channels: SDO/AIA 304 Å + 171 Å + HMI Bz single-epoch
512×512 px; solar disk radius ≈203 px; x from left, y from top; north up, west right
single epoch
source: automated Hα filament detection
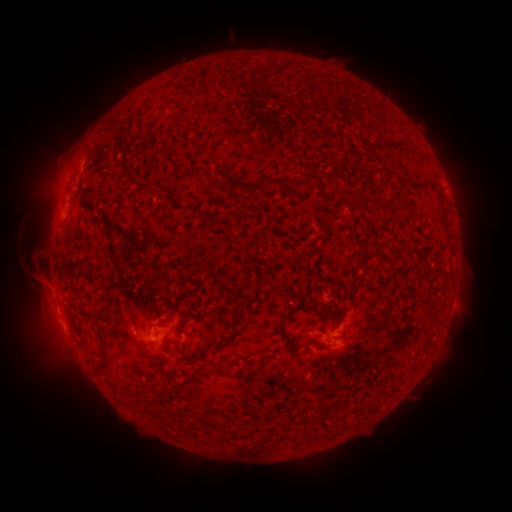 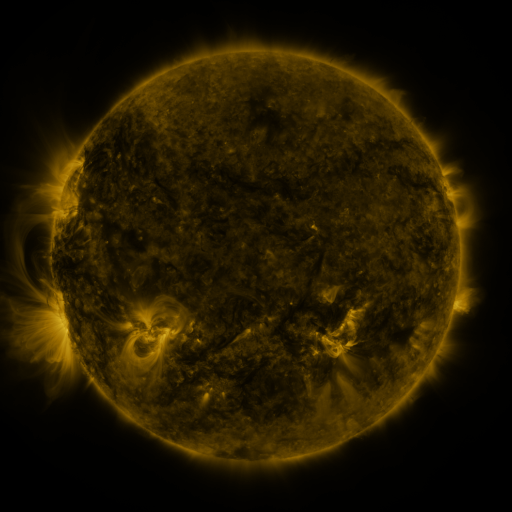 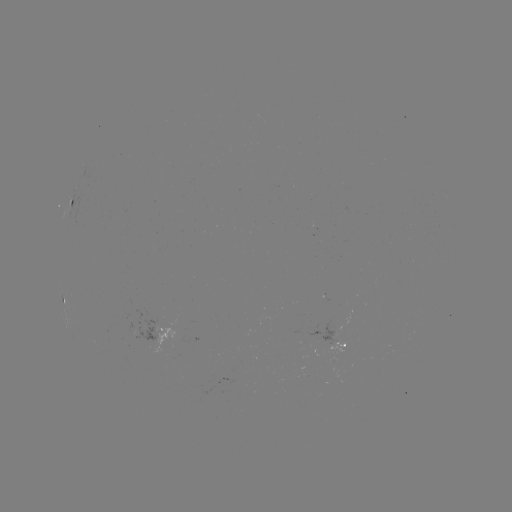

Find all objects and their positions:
filament: [103, 128, 119, 139]
filament: [385, 139, 392, 149]
filament: [330, 148, 355, 161]
filament: [320, 151, 328, 165]
filament: [174, 170, 193, 189]
filament: [261, 176, 297, 198]
filament: [402, 177, 413, 185]
filament: [226, 179, 239, 191]
filament: [139, 180, 156, 193]
filament: [433, 186, 444, 198]
filament: [195, 232, 210, 256]
filament: [58, 253, 66, 261]
filament: [233, 302, 242, 321]
filament: [279, 307, 296, 345]
filament: [335, 315, 345, 325]
filament: [199, 349, 208, 358]
filament: [97, 350, 108, 372]
filament: [183, 356, 195, 365]
filament: [185, 367, 201, 384]
filament: [164, 382, 182, 394]
